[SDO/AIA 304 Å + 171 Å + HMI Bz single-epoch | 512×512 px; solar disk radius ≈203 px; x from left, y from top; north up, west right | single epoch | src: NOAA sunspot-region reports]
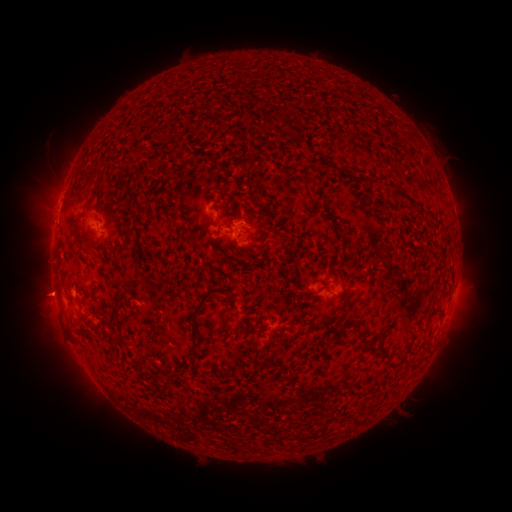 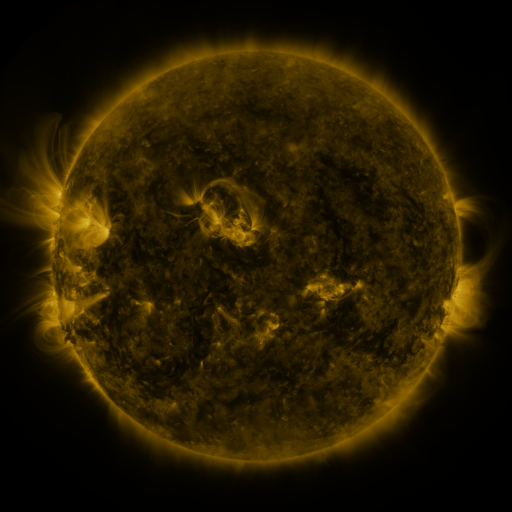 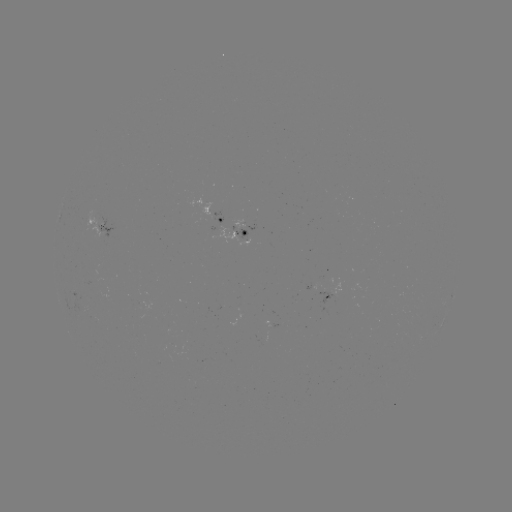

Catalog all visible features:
spotted active region: (224, 222)
spotted active region: (97, 226)
spotted active region: (241, 232)
spotted active region: (311, 285)
spotted active region: (328, 292)
spotted active region: (273, 324)
